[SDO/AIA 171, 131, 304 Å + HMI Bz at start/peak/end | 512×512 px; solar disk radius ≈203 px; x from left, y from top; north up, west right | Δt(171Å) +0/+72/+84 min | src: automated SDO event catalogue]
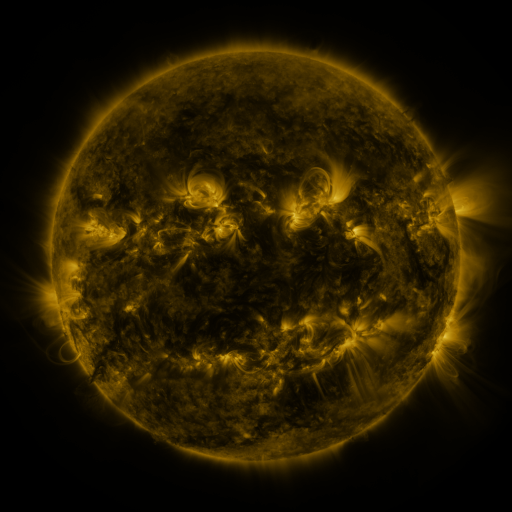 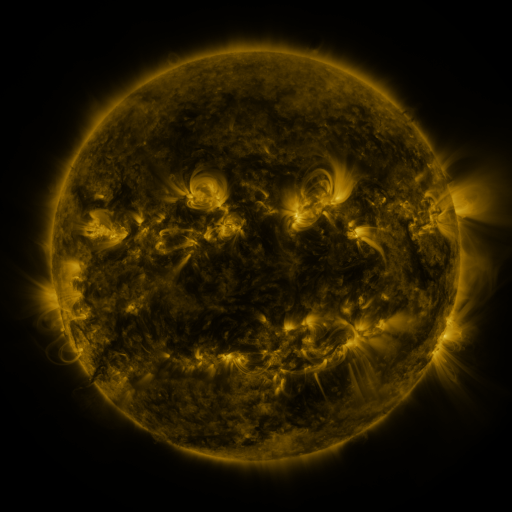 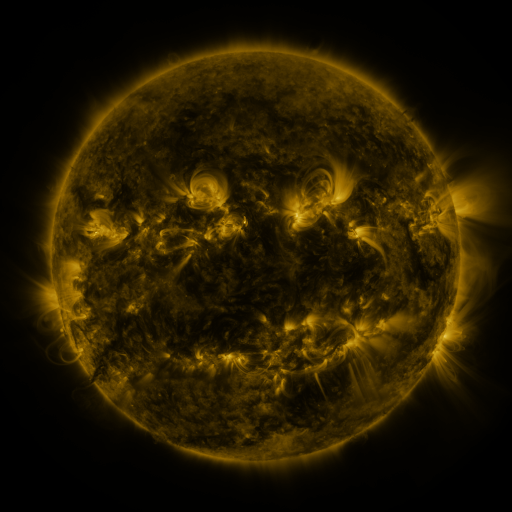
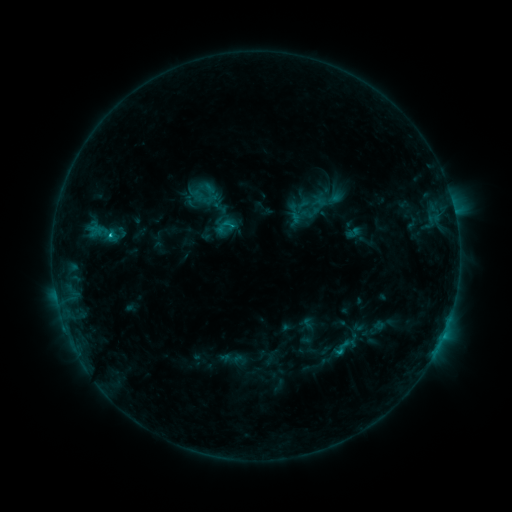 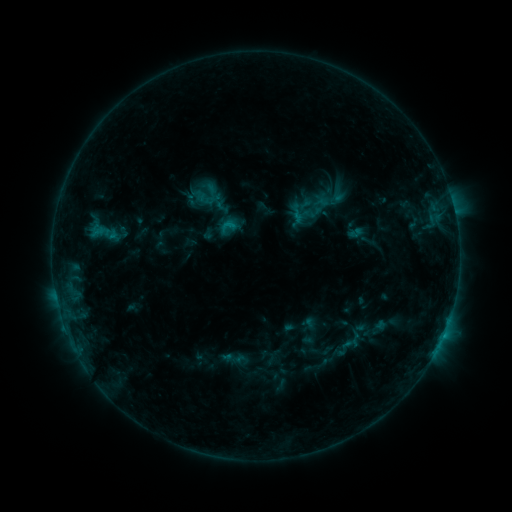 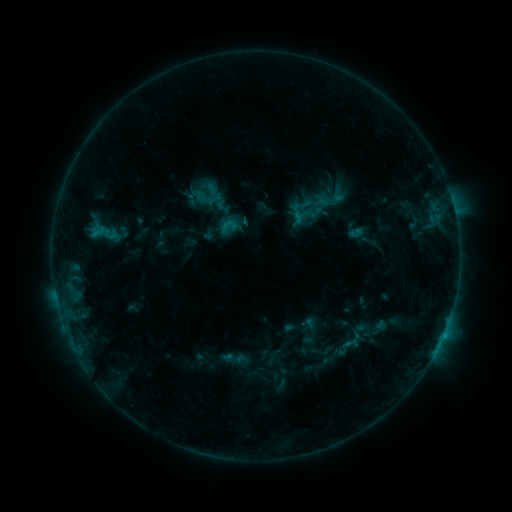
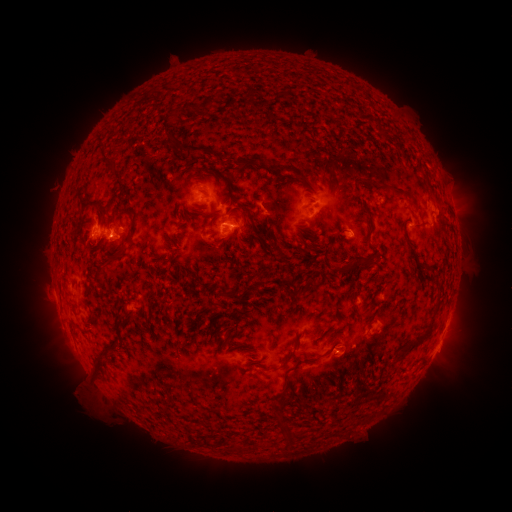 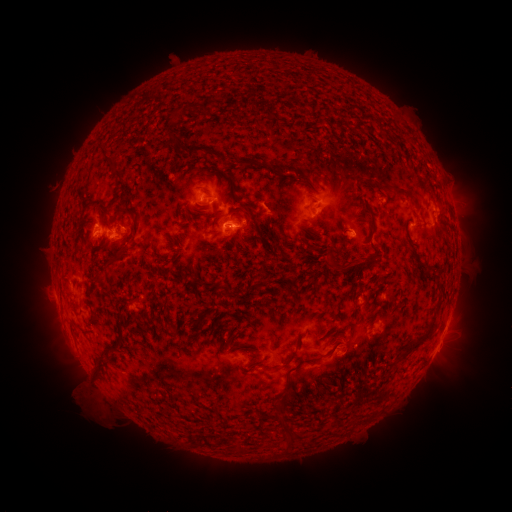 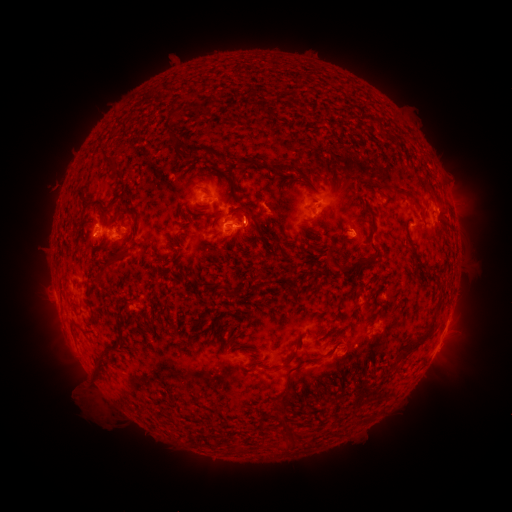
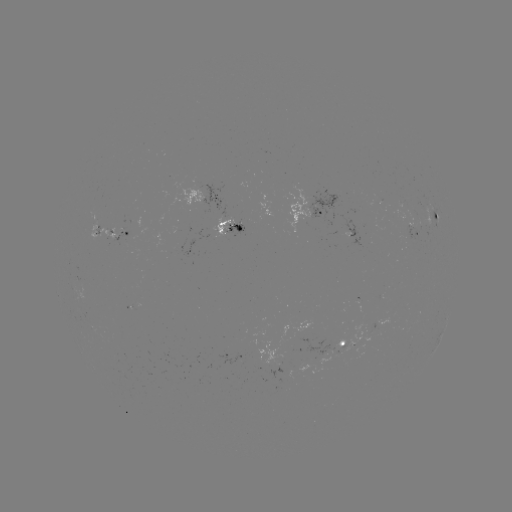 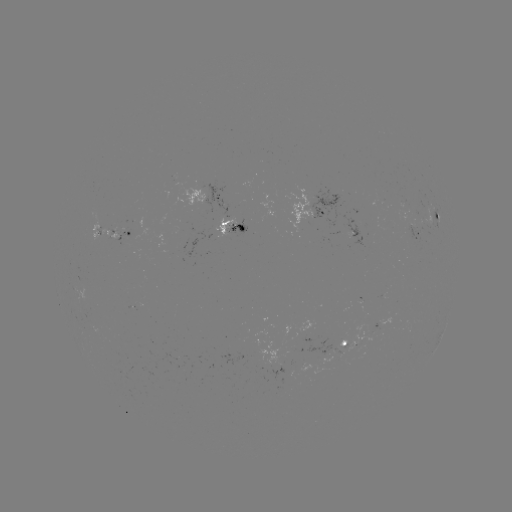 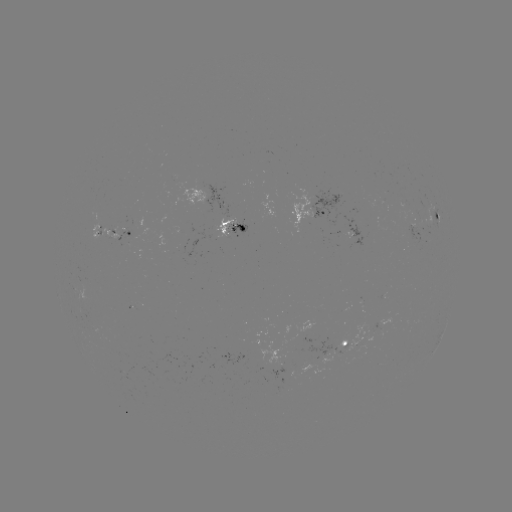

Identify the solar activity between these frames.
emerging-flux region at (216, 227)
